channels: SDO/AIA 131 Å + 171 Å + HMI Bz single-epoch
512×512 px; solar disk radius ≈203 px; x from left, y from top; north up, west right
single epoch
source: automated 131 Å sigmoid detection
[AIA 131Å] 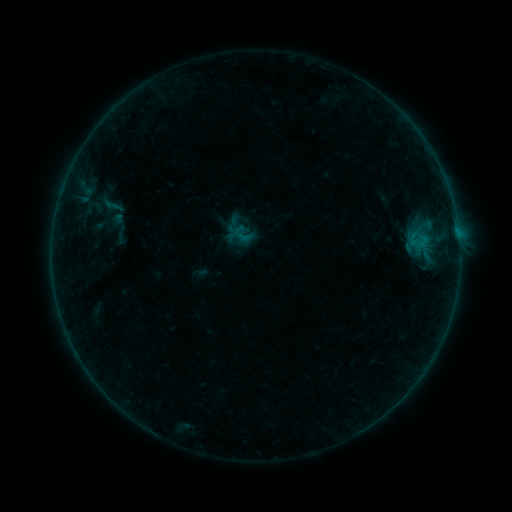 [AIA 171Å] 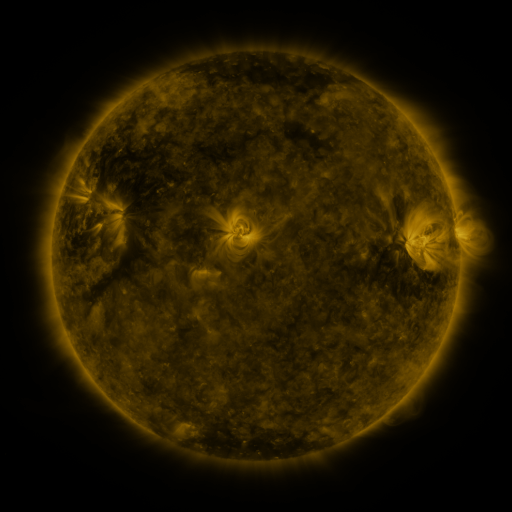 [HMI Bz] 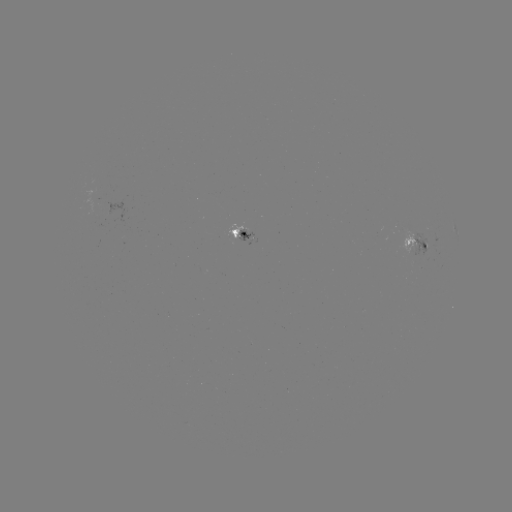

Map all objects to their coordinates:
sigmoid: [231, 222, 255, 247]
